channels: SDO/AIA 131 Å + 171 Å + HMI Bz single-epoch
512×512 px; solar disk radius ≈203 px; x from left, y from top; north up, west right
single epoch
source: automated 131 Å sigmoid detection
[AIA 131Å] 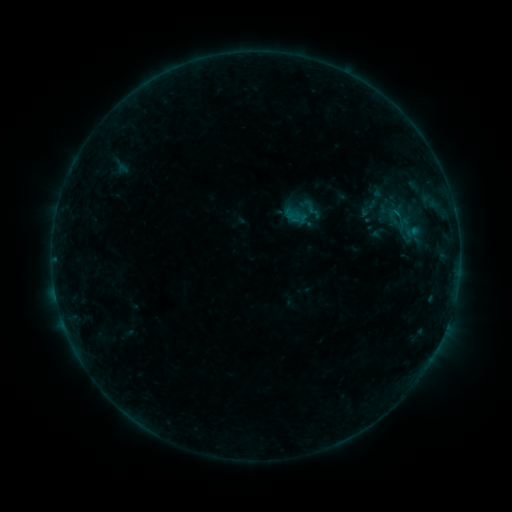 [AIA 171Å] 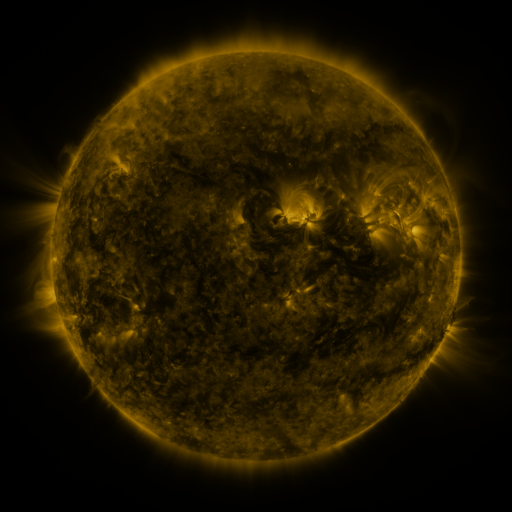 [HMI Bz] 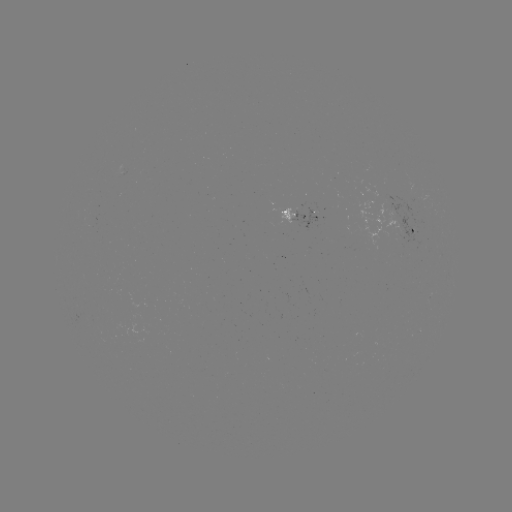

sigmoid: <bbox>378, 203, 413, 229</bbox>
